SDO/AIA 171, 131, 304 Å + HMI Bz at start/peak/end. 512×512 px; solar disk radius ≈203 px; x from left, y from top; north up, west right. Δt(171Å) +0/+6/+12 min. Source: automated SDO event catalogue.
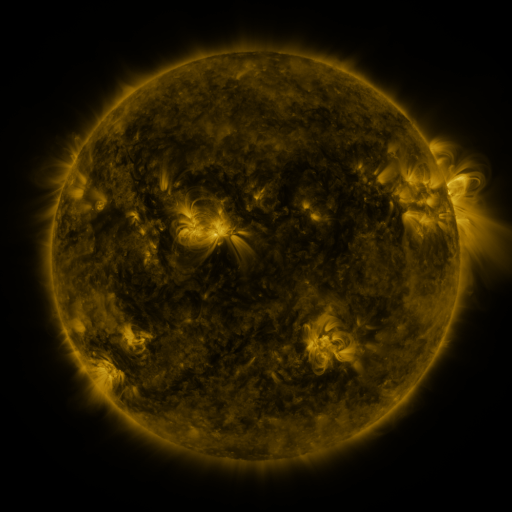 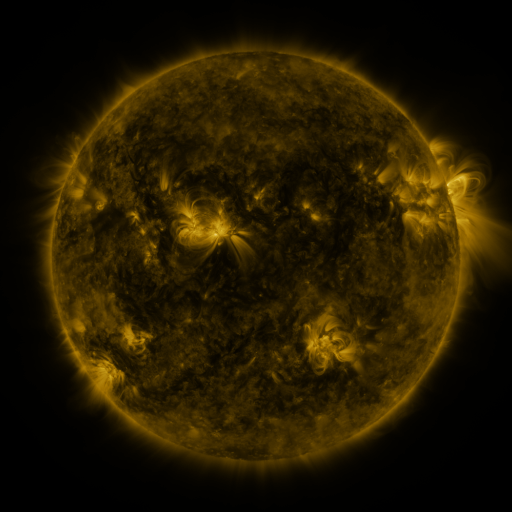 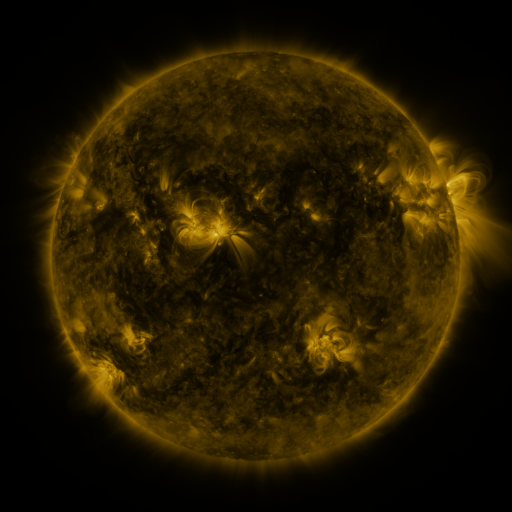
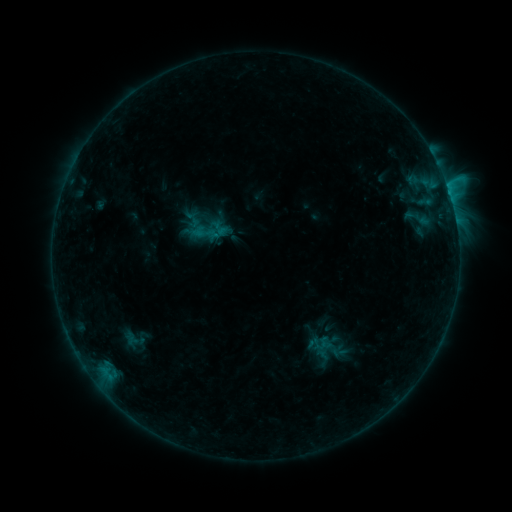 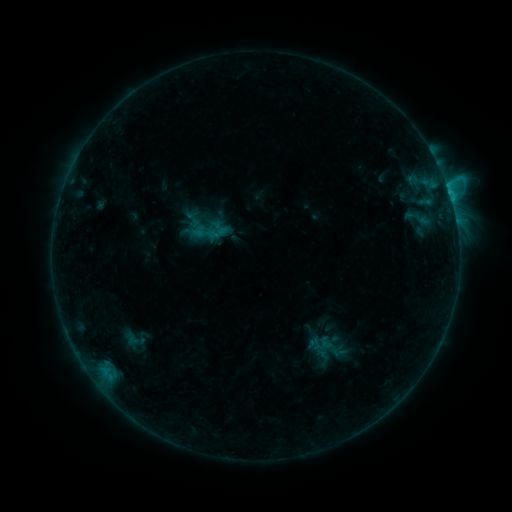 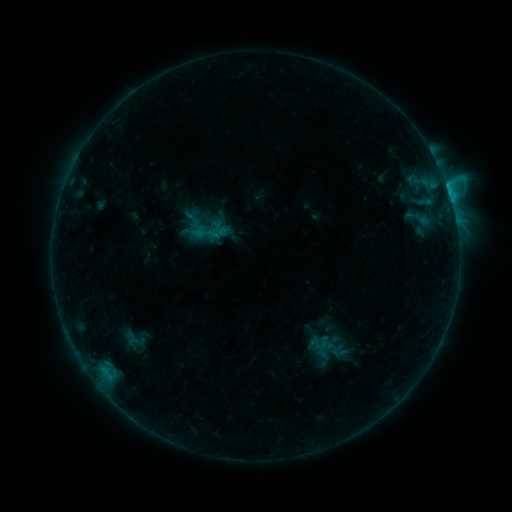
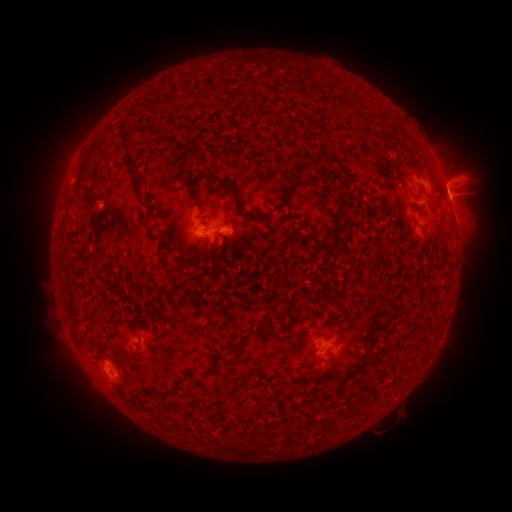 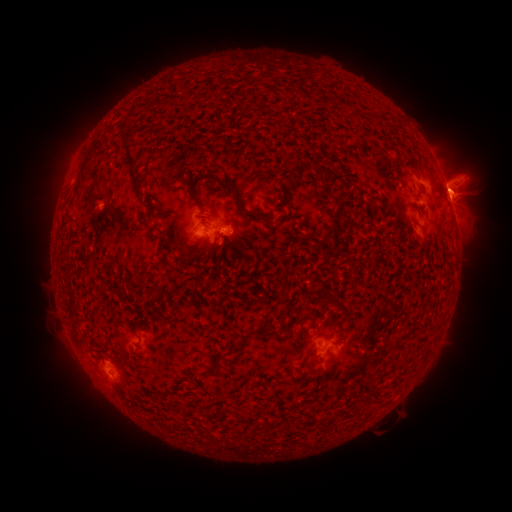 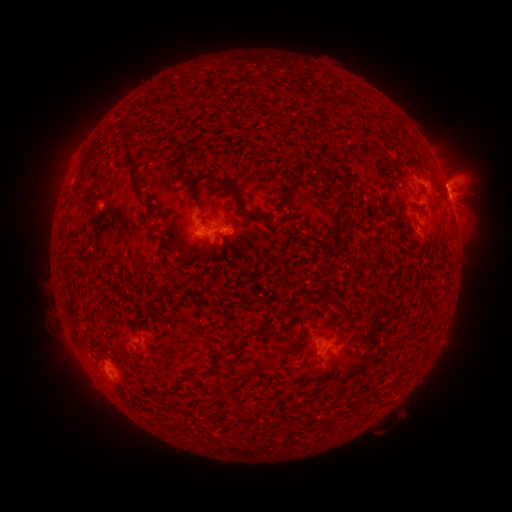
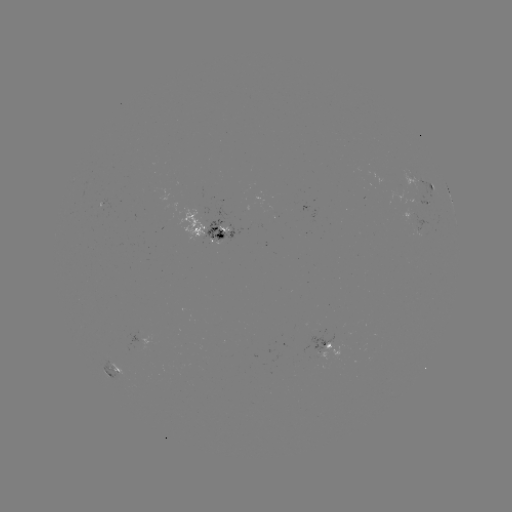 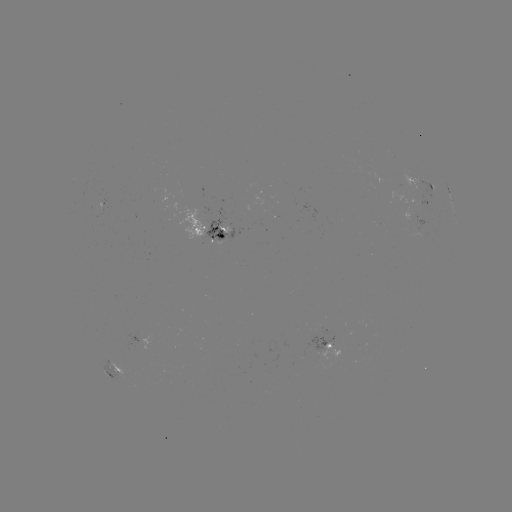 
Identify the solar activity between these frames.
B9.5 flare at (449, 194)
